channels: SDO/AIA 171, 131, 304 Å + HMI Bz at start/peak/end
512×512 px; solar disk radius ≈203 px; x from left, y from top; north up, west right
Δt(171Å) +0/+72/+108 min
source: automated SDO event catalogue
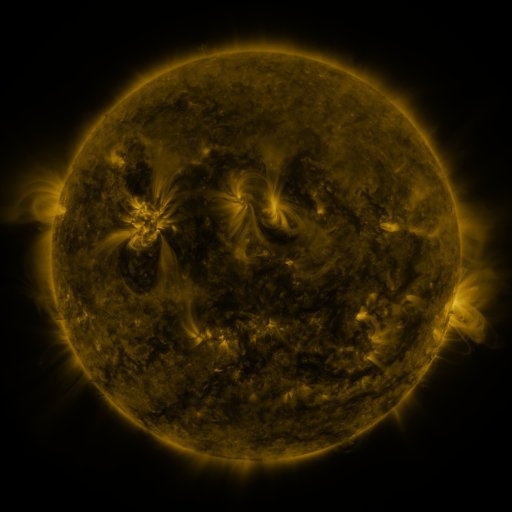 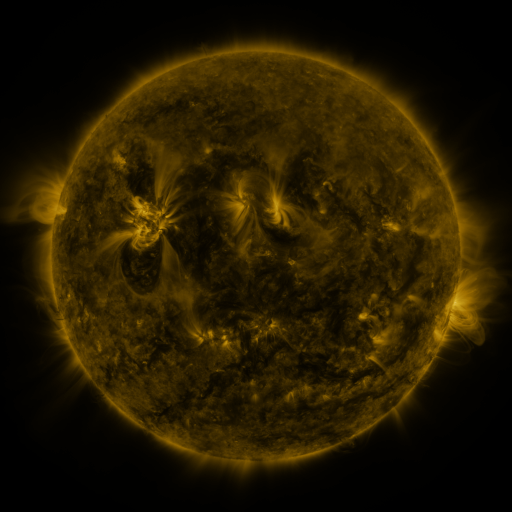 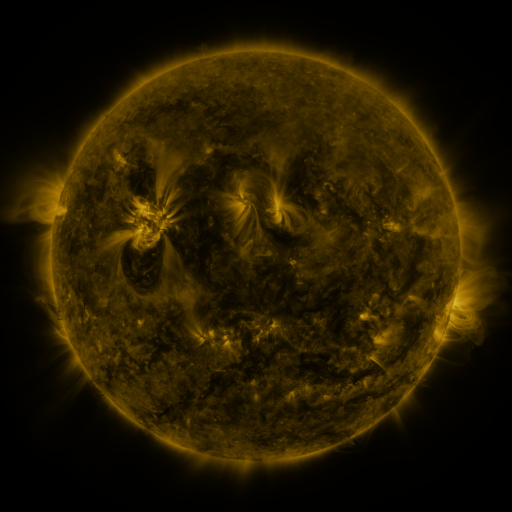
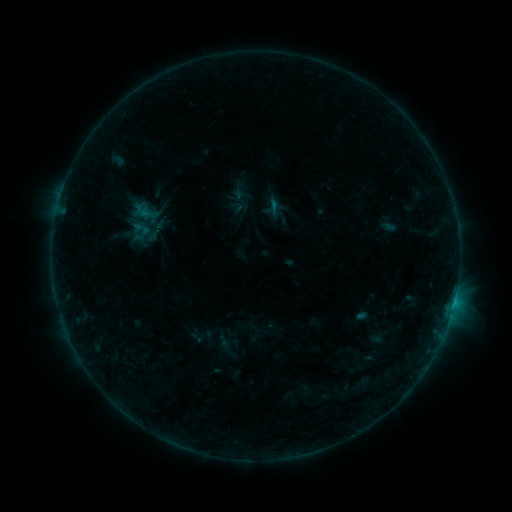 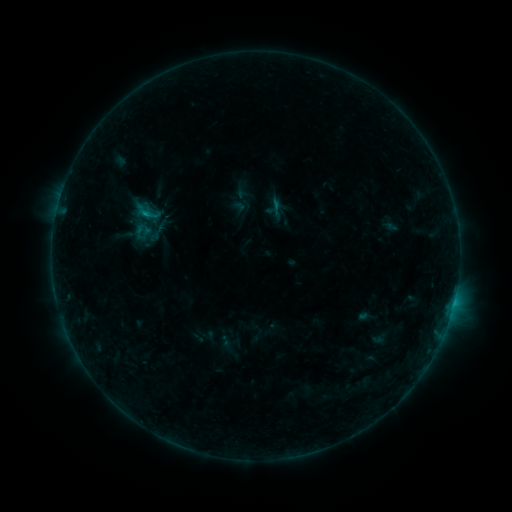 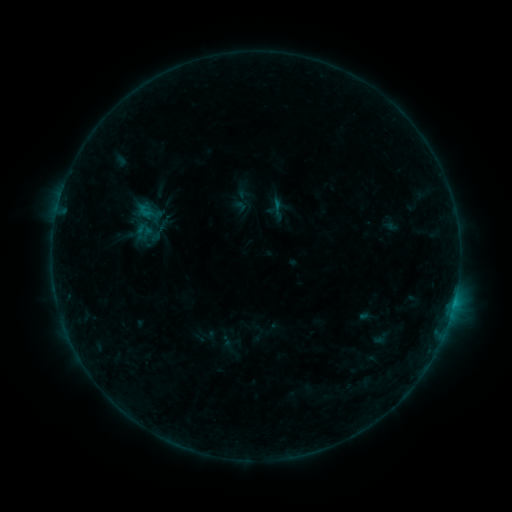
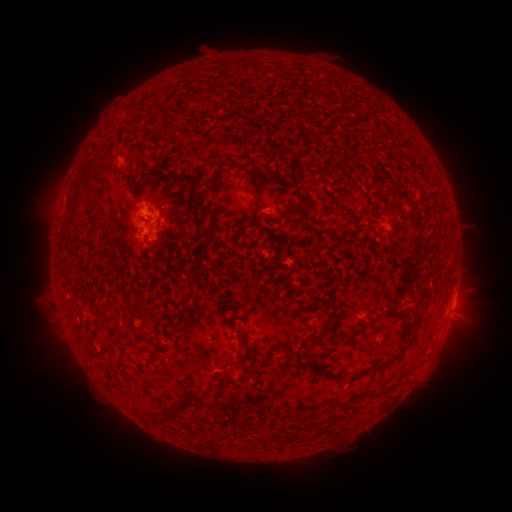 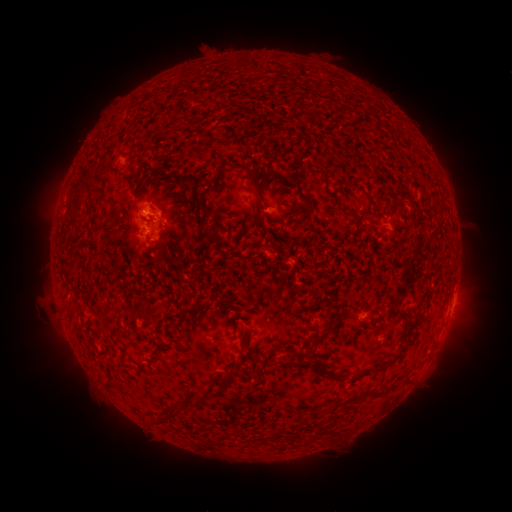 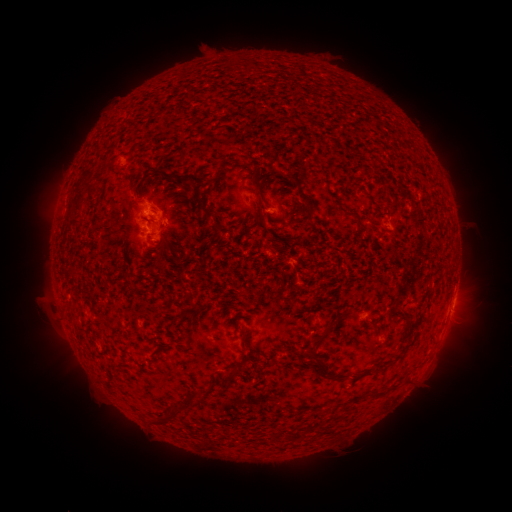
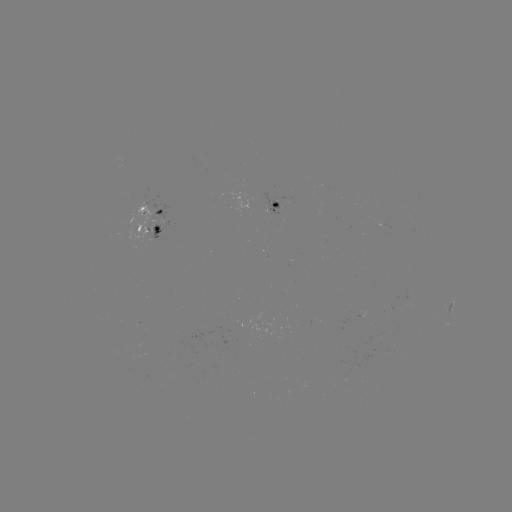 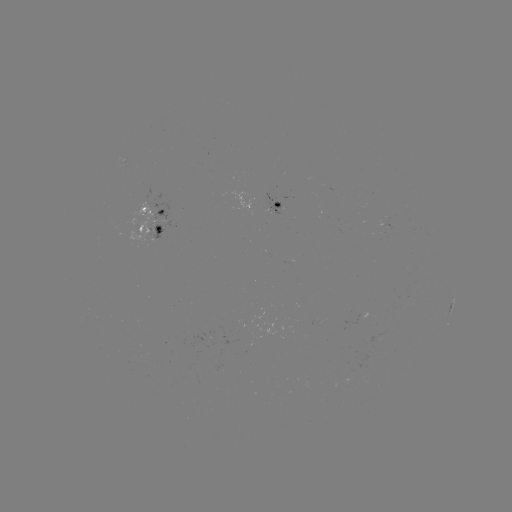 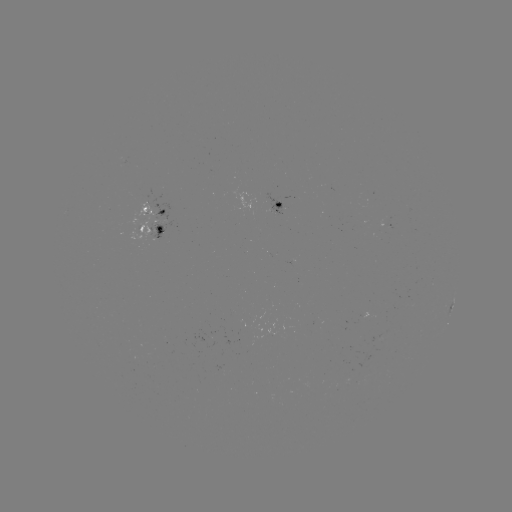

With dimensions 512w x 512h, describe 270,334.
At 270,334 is emerging-flux region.